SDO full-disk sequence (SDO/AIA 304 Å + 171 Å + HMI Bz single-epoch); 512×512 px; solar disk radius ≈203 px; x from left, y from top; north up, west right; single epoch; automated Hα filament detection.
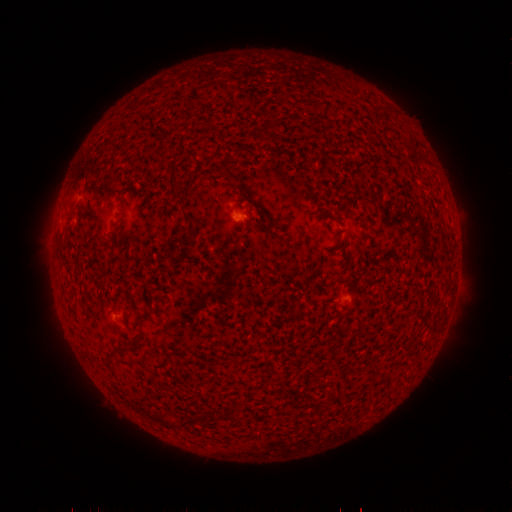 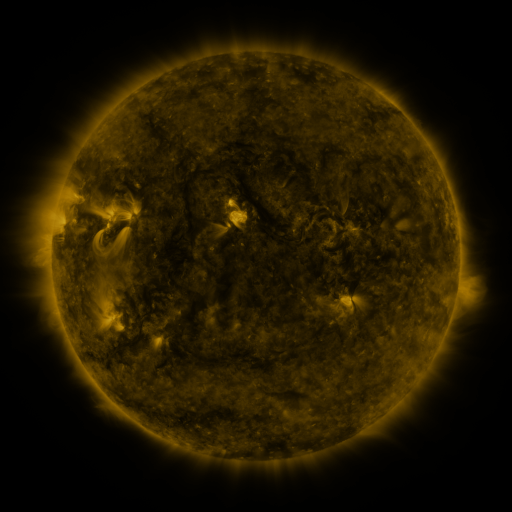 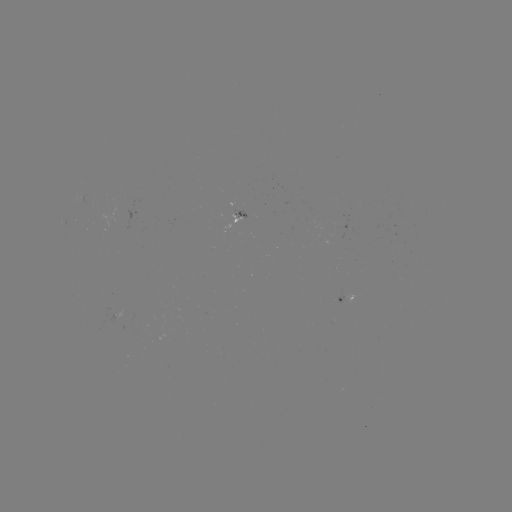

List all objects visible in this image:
filament: (240, 150)
filament: (231, 175)
filament: (174, 180)
filament: (274, 235)
filament: (185, 240)
filament: (442, 240)
filament: (140, 319)
filament: (113, 353)
filament: (191, 421)
filament: (166, 422)
